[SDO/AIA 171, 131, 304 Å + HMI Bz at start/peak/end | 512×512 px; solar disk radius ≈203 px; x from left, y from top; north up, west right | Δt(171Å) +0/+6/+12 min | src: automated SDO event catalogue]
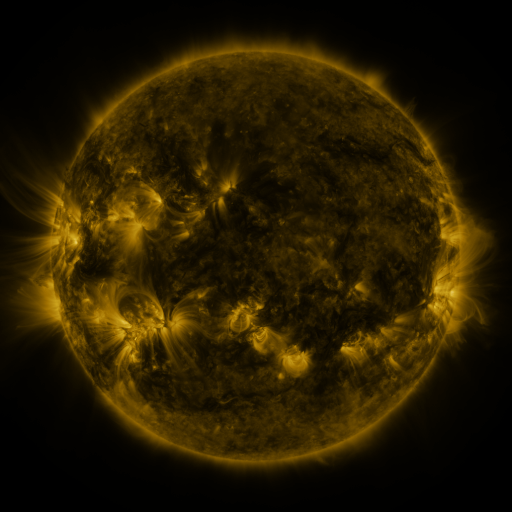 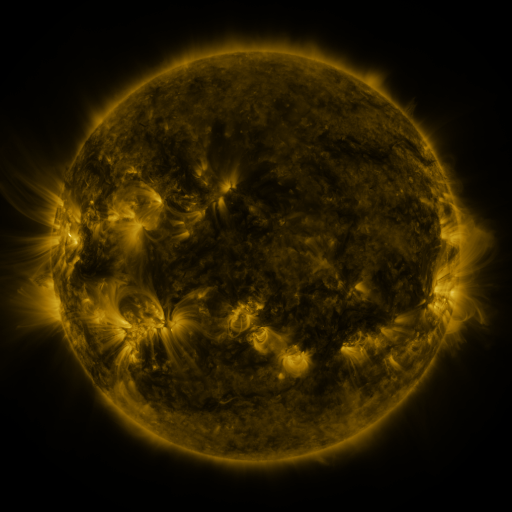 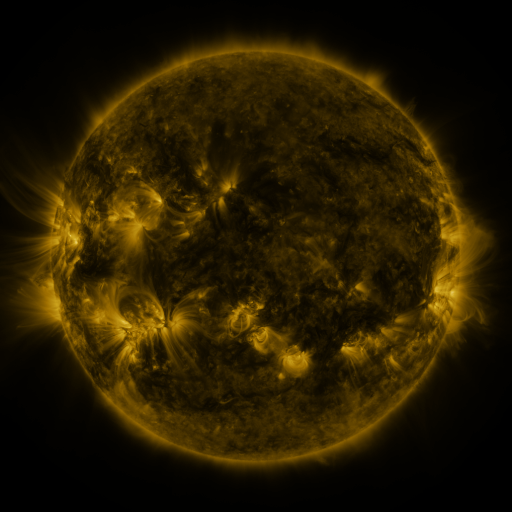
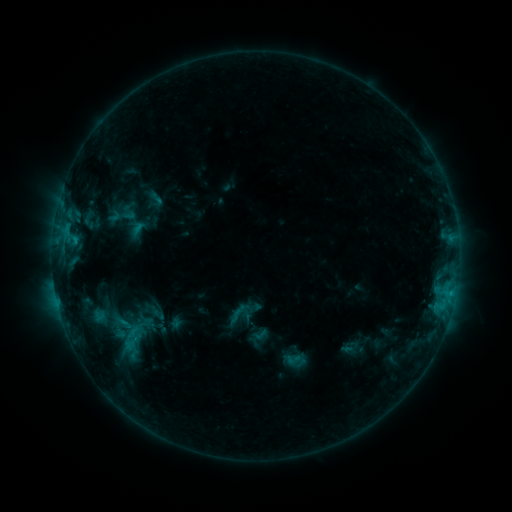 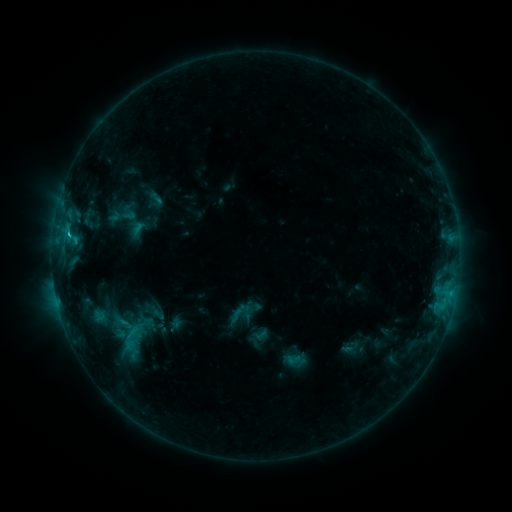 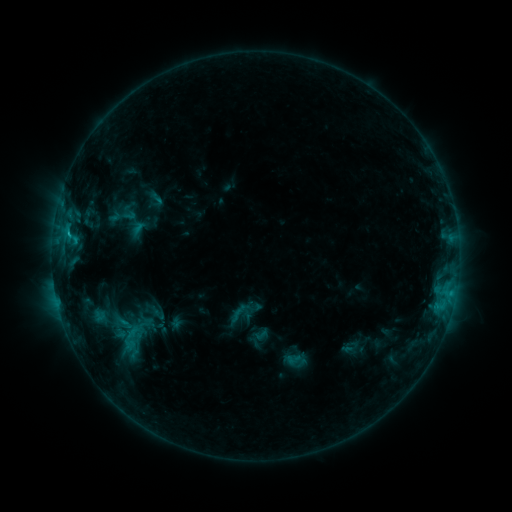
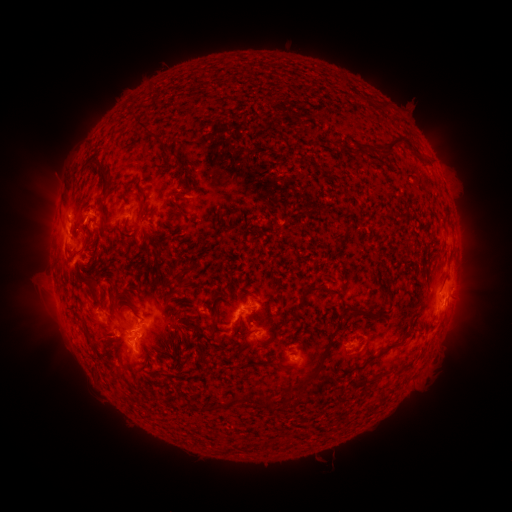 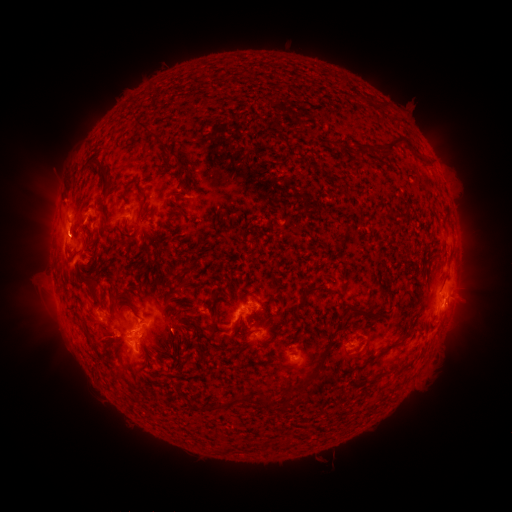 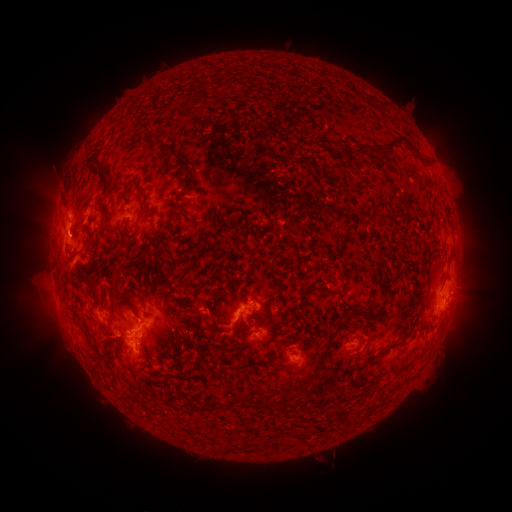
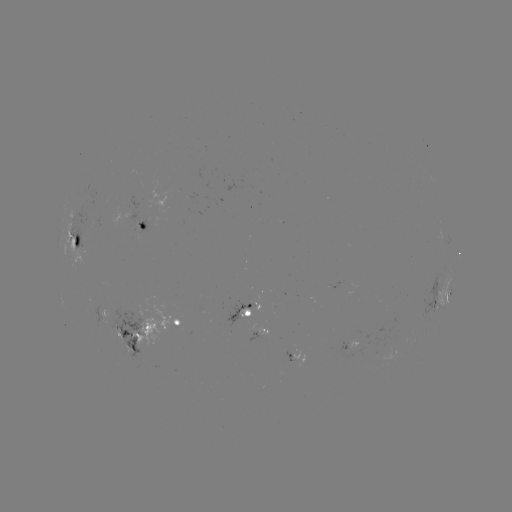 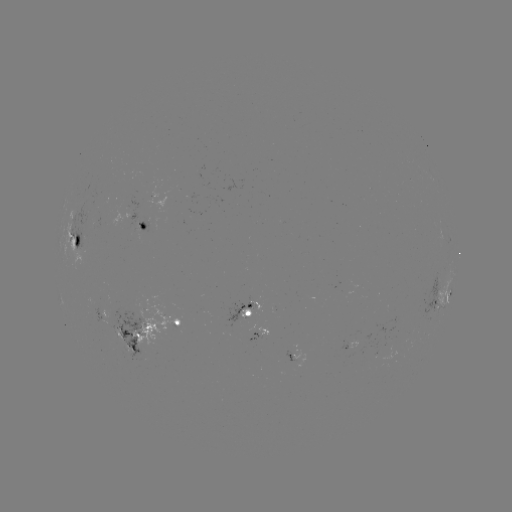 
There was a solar flare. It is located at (70, 235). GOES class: C1.9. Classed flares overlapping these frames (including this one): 1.